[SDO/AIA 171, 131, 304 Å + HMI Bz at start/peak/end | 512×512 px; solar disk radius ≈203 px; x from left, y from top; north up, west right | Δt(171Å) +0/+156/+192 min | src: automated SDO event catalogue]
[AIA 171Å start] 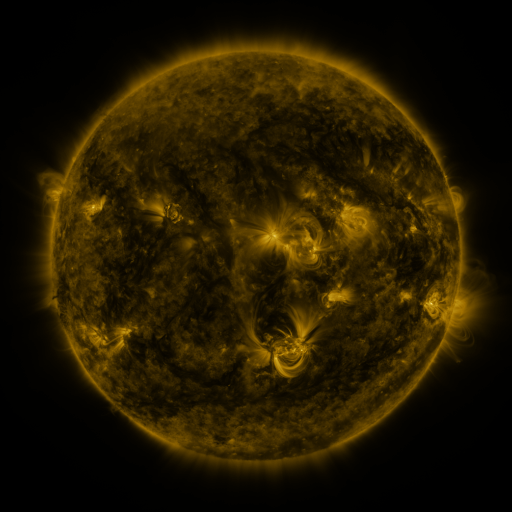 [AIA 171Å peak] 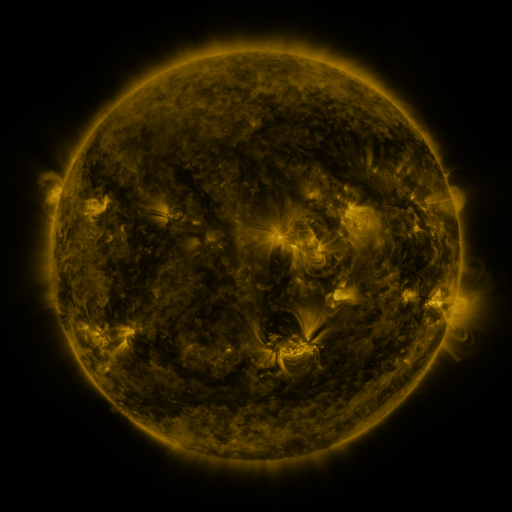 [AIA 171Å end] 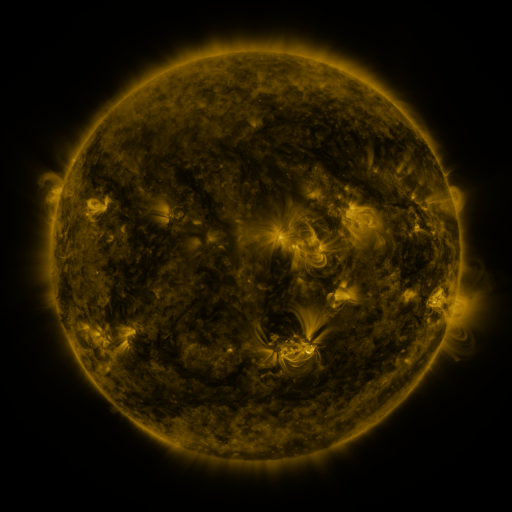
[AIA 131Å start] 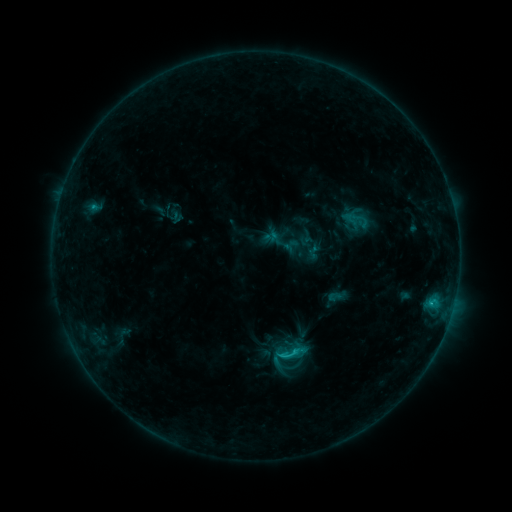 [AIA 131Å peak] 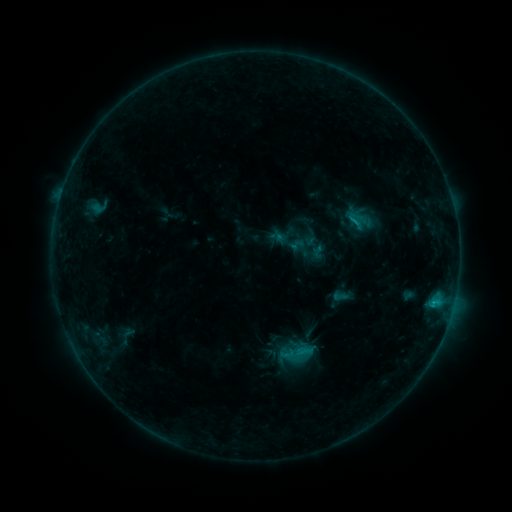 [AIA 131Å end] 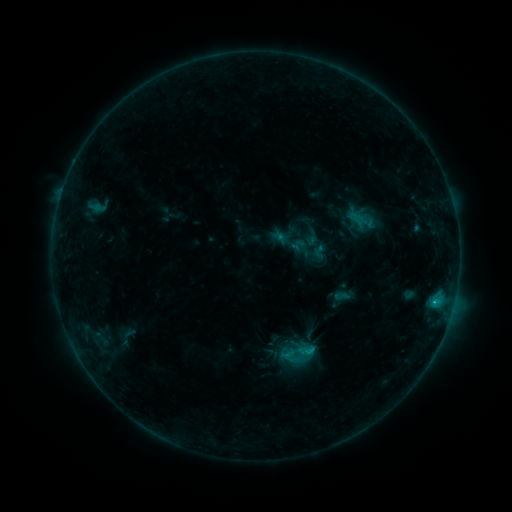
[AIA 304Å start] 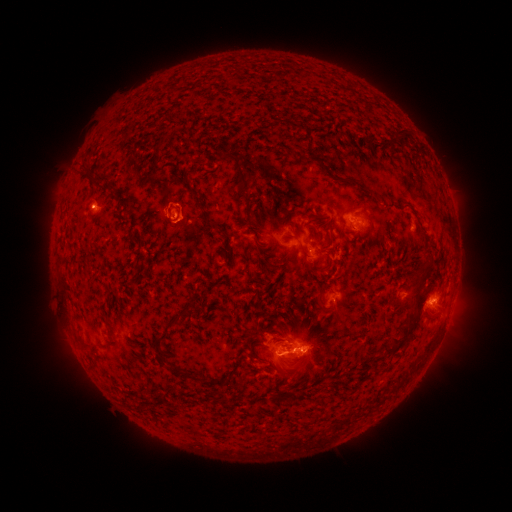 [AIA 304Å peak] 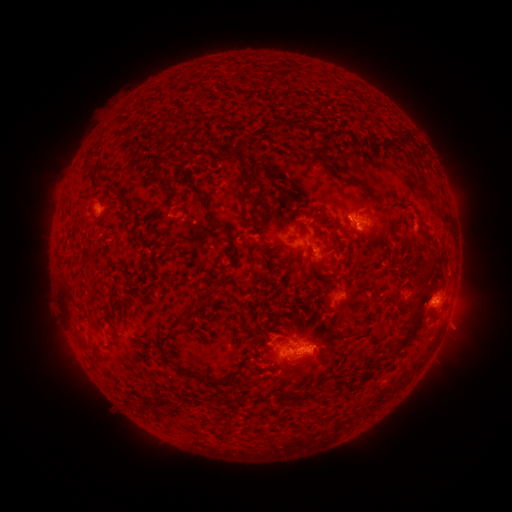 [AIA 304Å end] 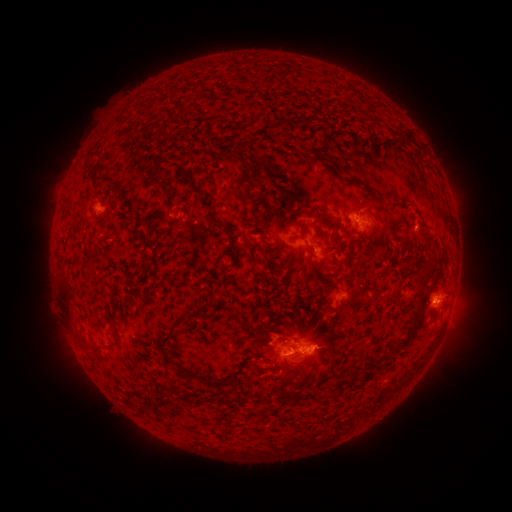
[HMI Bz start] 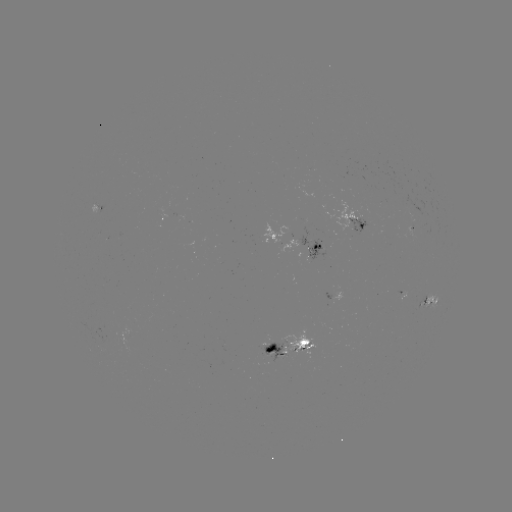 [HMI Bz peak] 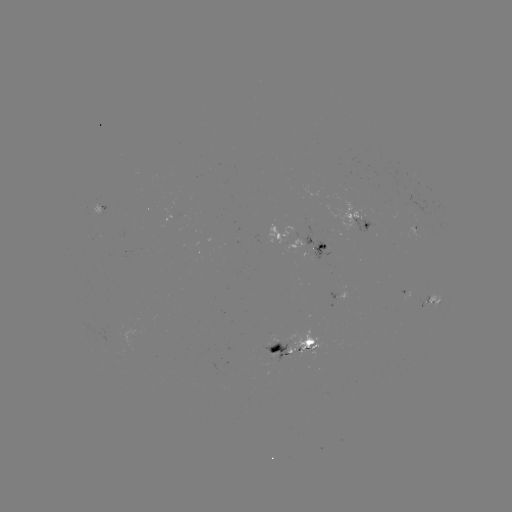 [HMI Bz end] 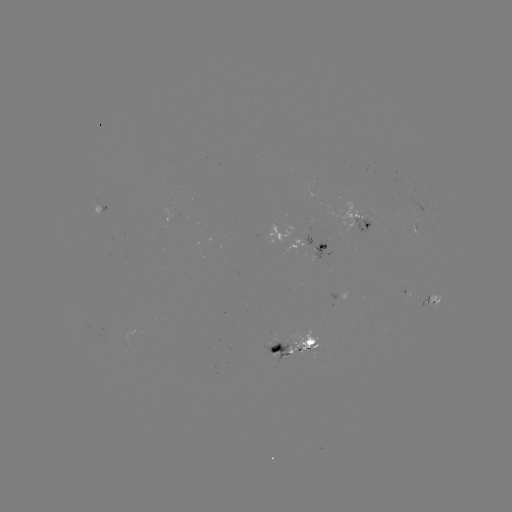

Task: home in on emerging-flux region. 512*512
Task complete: [97, 205].